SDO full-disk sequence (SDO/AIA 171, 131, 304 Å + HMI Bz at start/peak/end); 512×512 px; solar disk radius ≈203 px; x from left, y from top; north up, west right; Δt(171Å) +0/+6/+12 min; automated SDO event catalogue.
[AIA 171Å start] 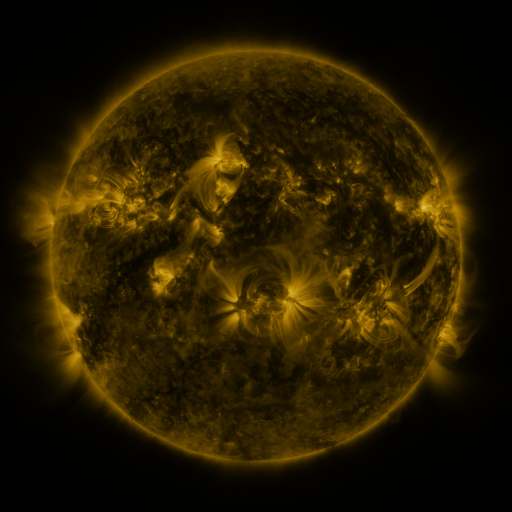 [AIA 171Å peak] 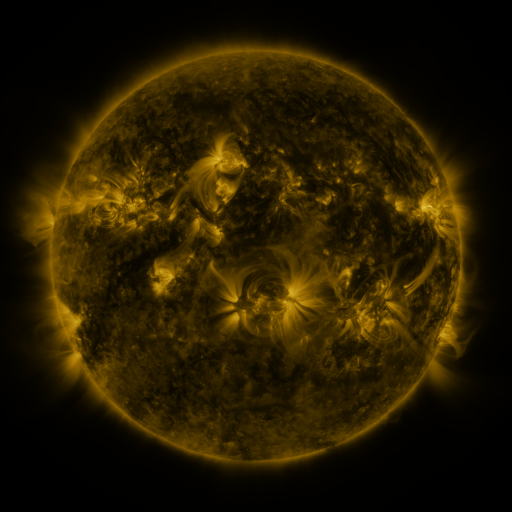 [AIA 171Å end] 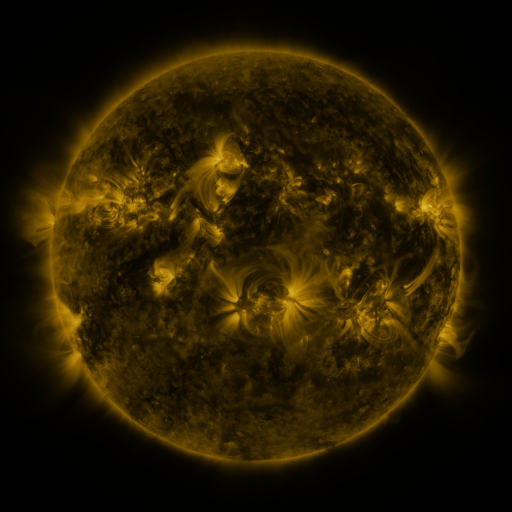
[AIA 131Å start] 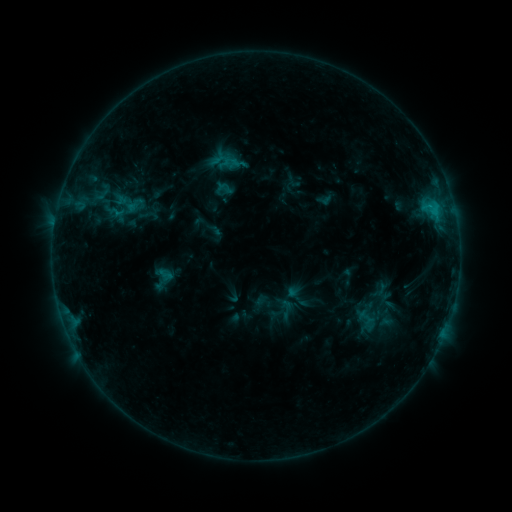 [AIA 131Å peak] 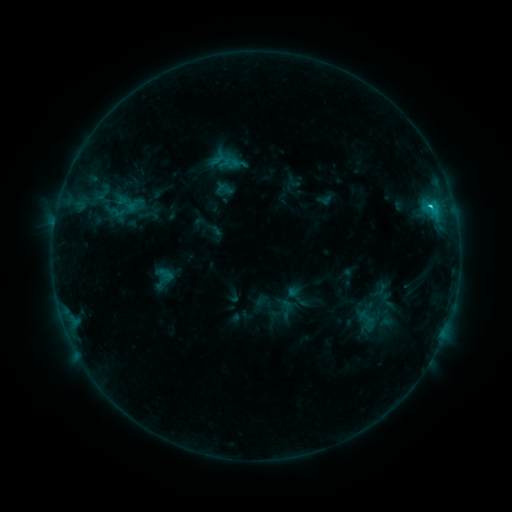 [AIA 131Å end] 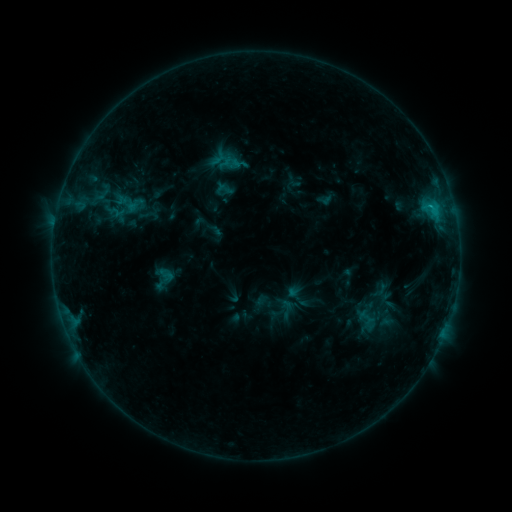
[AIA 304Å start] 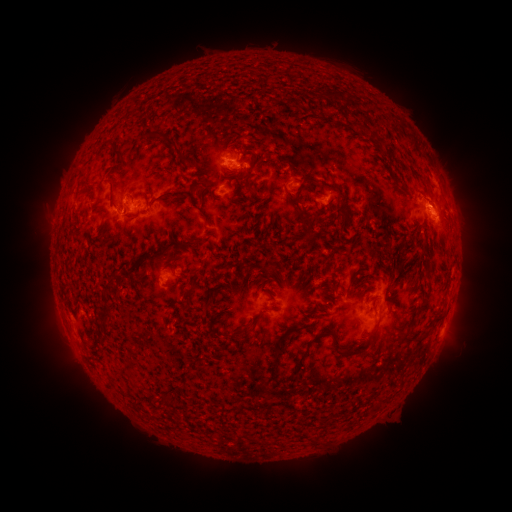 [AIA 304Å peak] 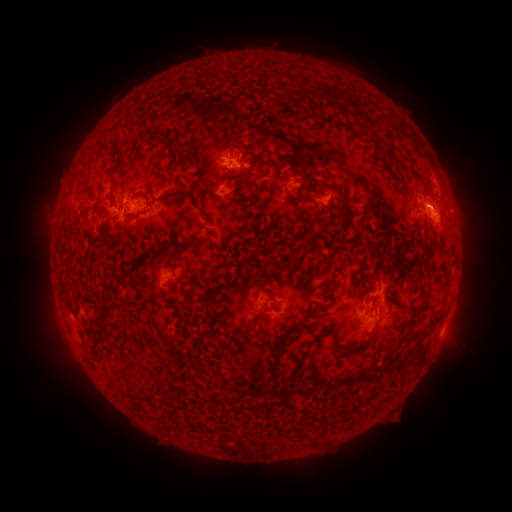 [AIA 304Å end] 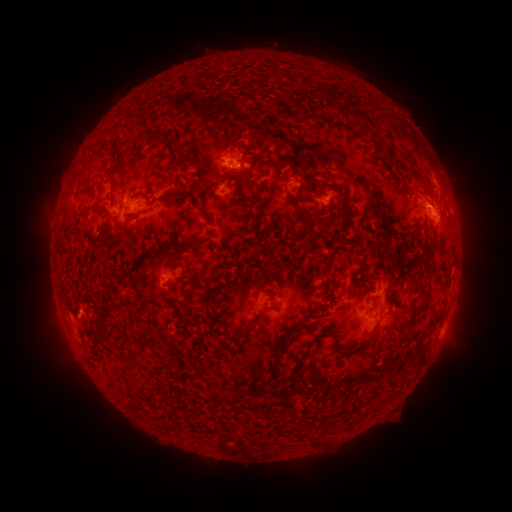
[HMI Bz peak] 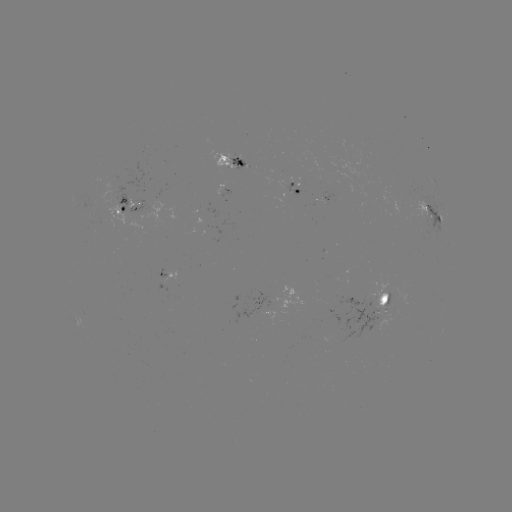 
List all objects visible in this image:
C1.5 flare: (429, 206)
